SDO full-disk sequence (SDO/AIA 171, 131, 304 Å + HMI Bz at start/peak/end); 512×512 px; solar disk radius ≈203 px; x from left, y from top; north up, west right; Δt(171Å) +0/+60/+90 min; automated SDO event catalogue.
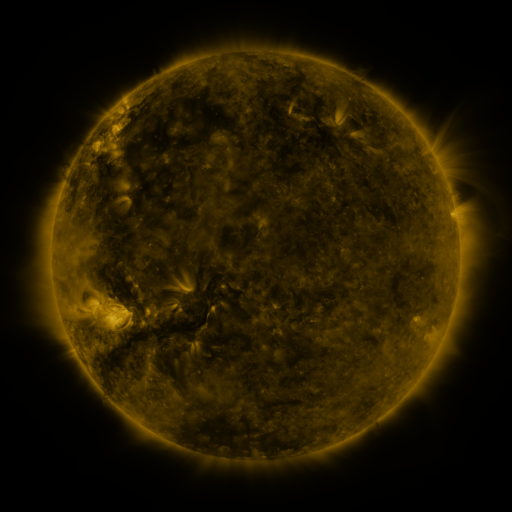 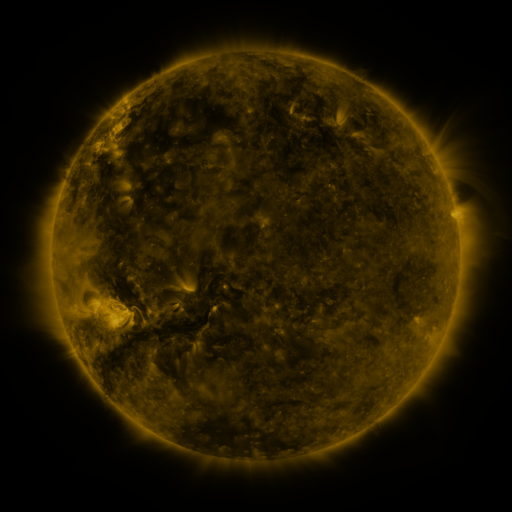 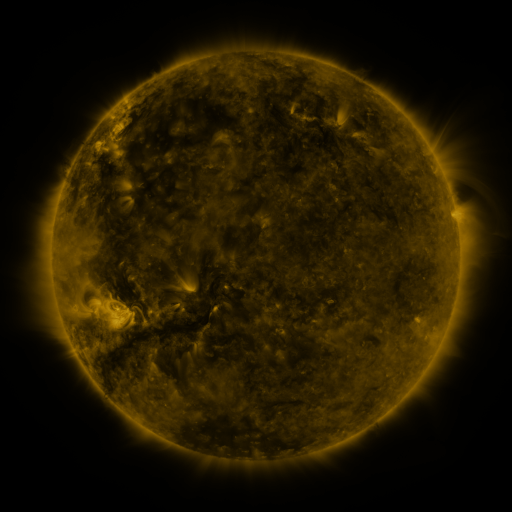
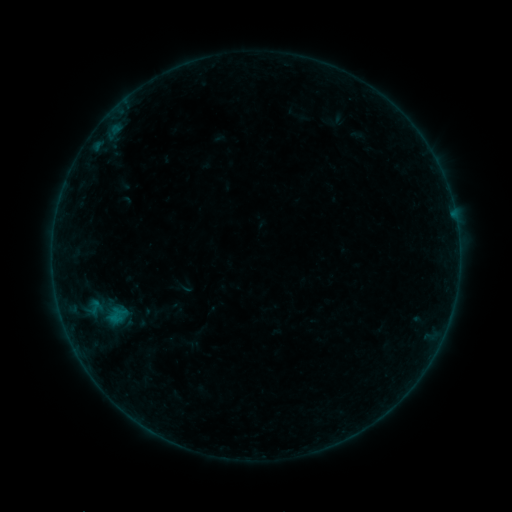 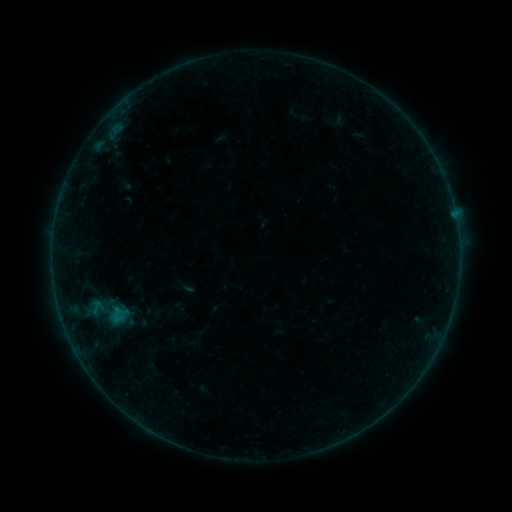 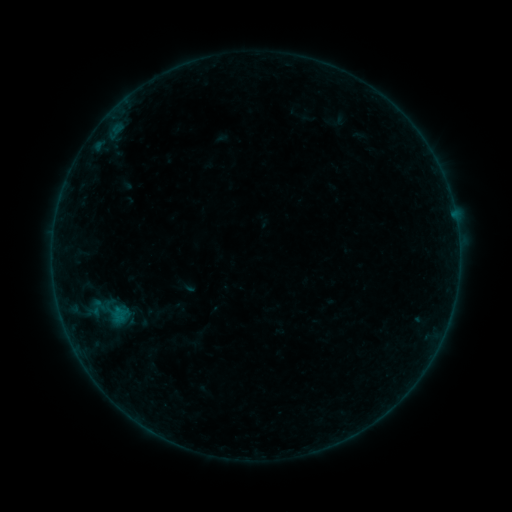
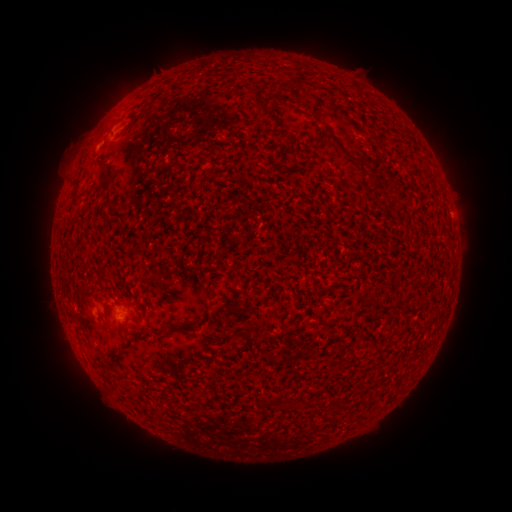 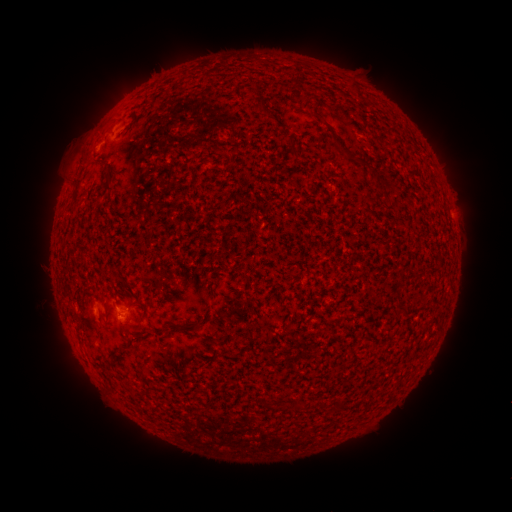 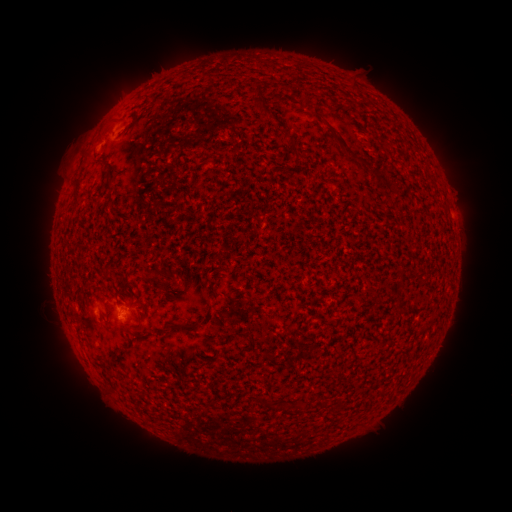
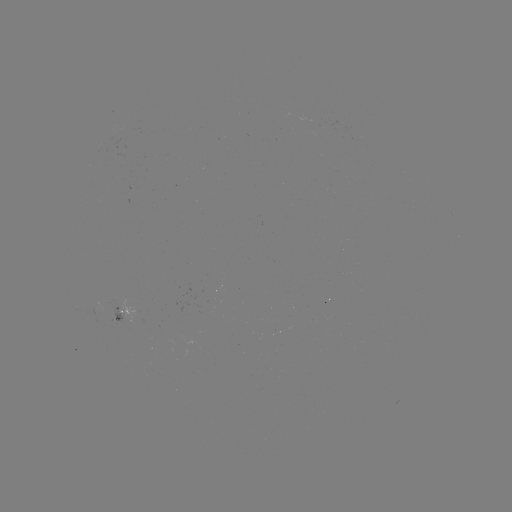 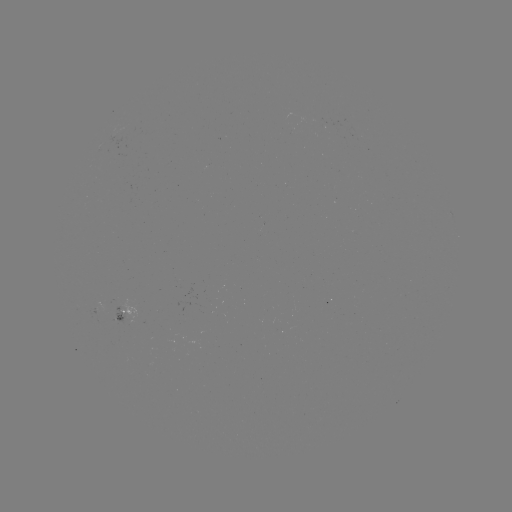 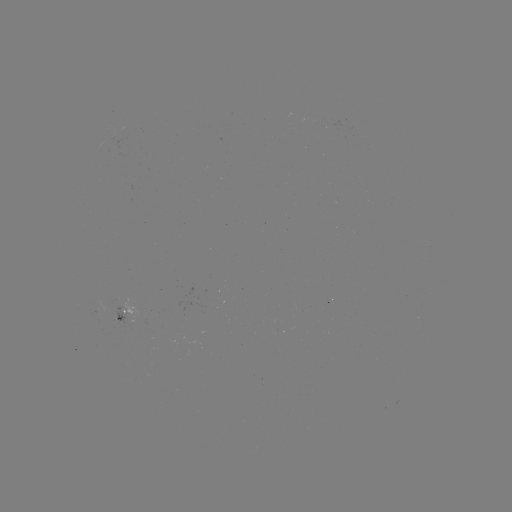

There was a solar flare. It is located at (455, 220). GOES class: B1.3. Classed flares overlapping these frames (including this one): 1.